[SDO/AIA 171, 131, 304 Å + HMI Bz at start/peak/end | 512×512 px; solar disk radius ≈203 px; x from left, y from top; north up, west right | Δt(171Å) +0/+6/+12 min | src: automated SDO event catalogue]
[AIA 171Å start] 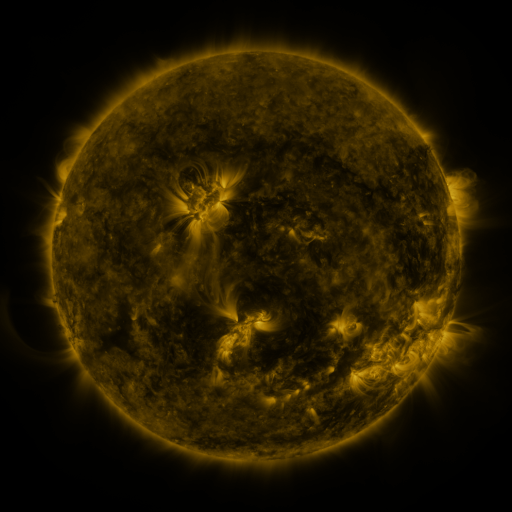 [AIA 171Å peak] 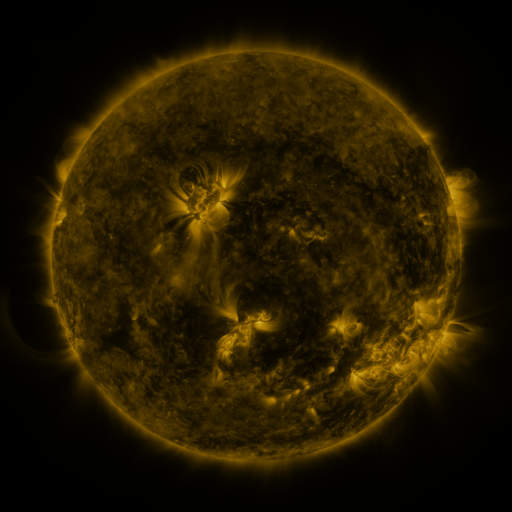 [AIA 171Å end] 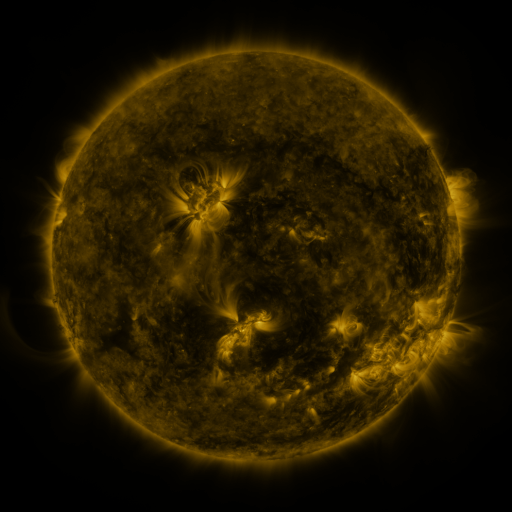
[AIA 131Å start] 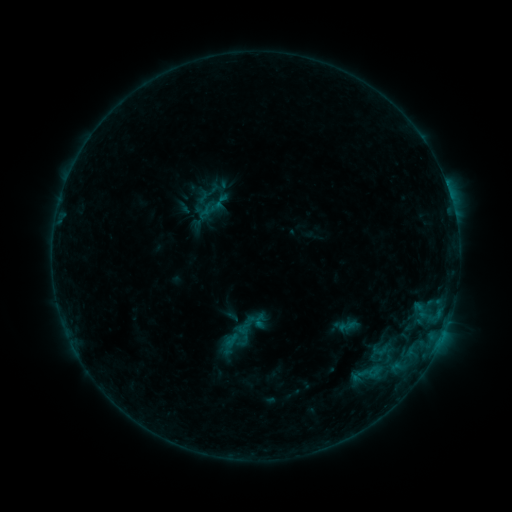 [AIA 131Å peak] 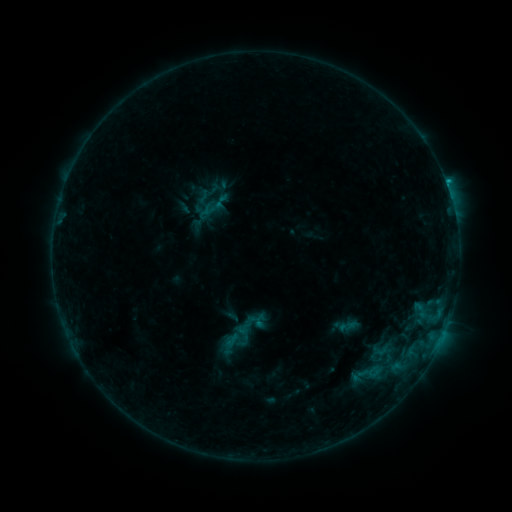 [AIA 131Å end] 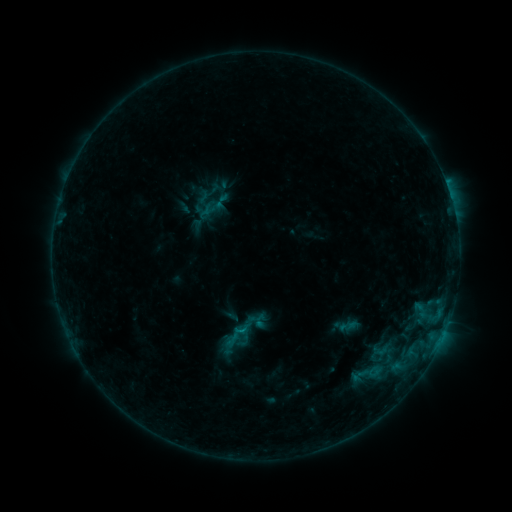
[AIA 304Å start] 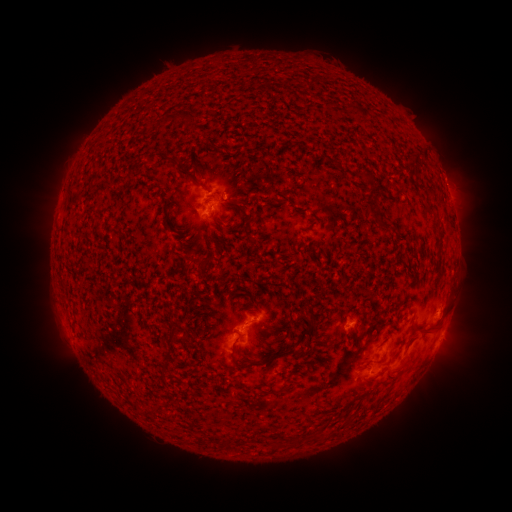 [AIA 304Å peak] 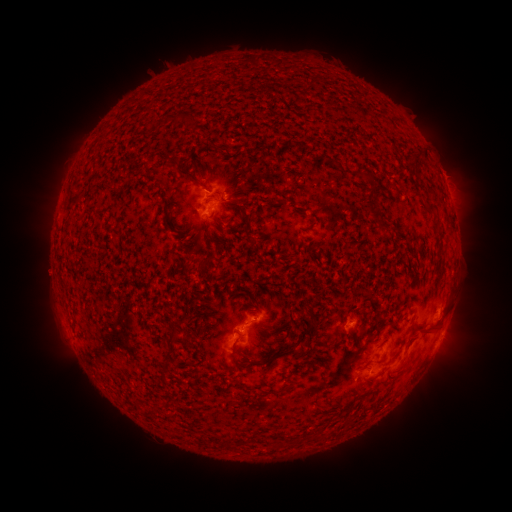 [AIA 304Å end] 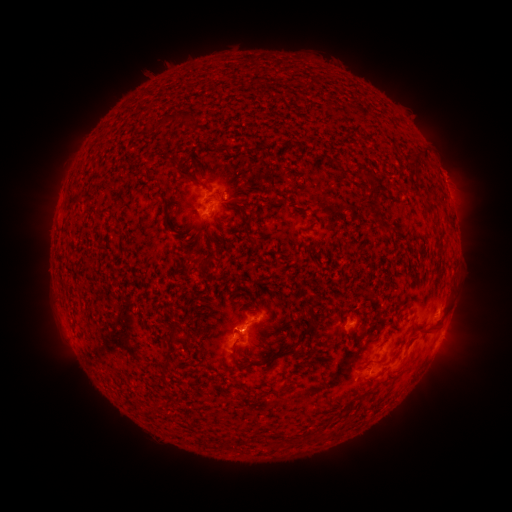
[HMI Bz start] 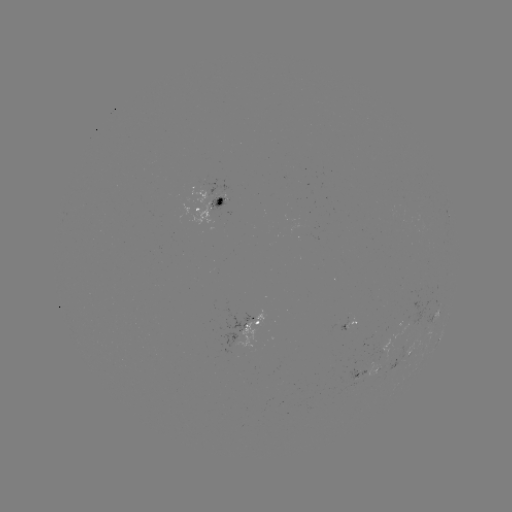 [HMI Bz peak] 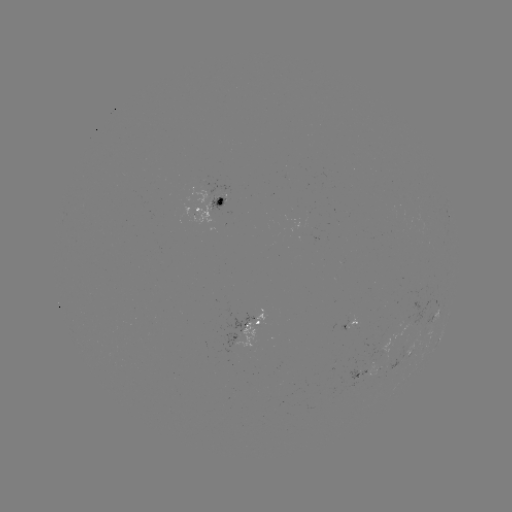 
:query B8.1 flare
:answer (446, 188)